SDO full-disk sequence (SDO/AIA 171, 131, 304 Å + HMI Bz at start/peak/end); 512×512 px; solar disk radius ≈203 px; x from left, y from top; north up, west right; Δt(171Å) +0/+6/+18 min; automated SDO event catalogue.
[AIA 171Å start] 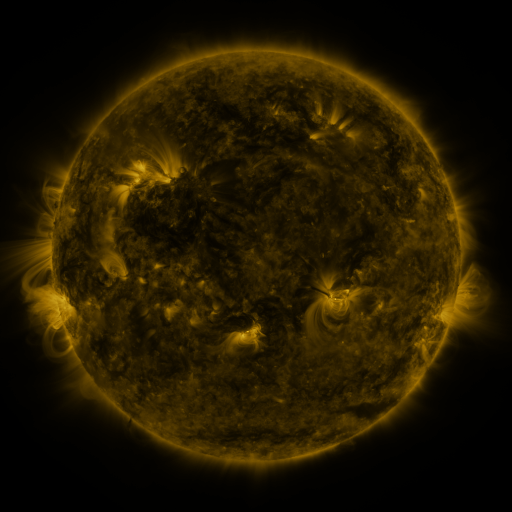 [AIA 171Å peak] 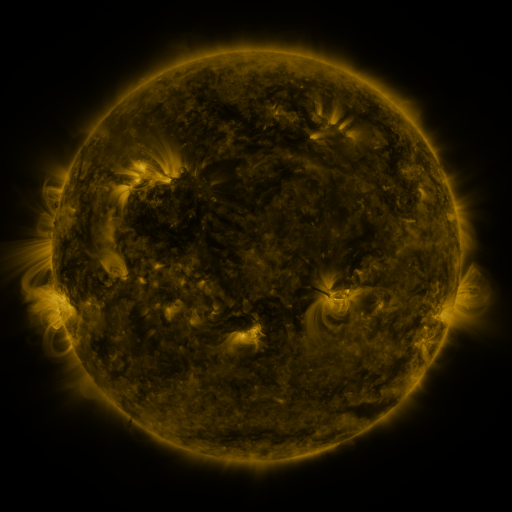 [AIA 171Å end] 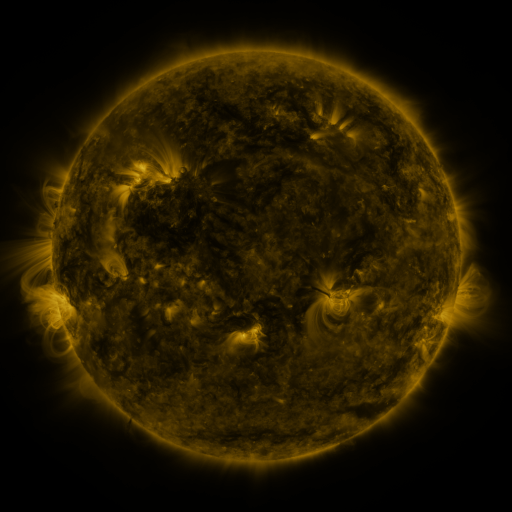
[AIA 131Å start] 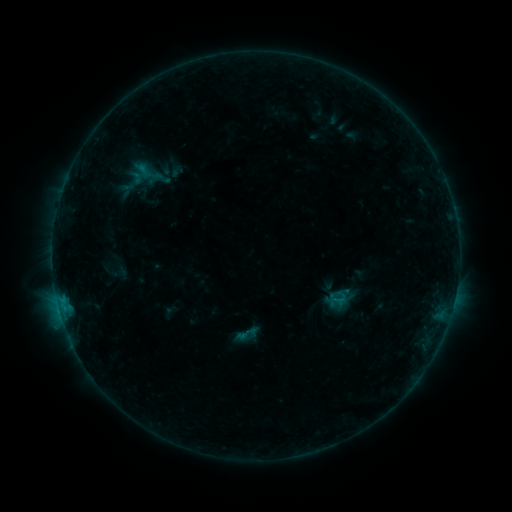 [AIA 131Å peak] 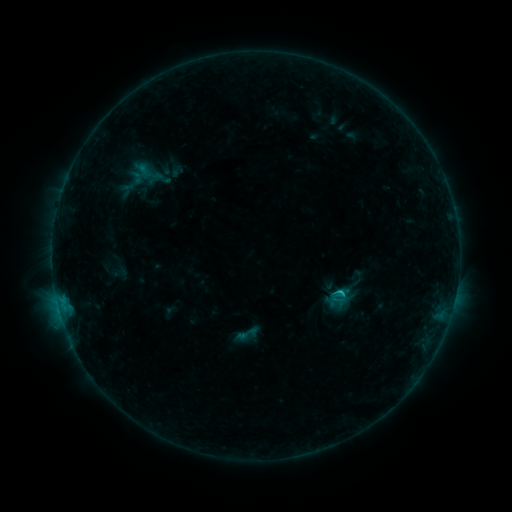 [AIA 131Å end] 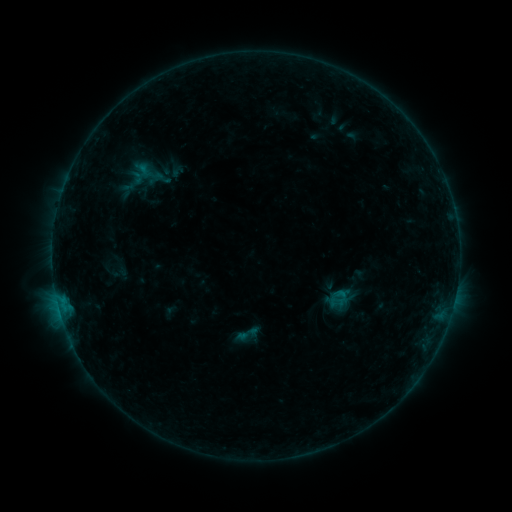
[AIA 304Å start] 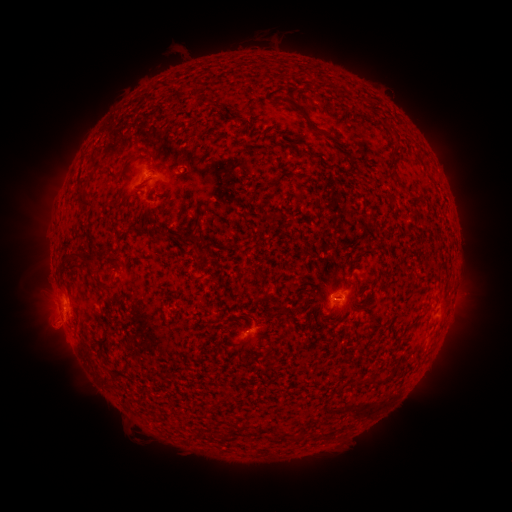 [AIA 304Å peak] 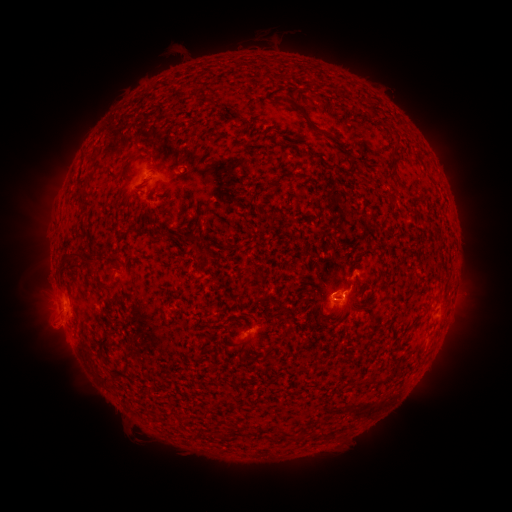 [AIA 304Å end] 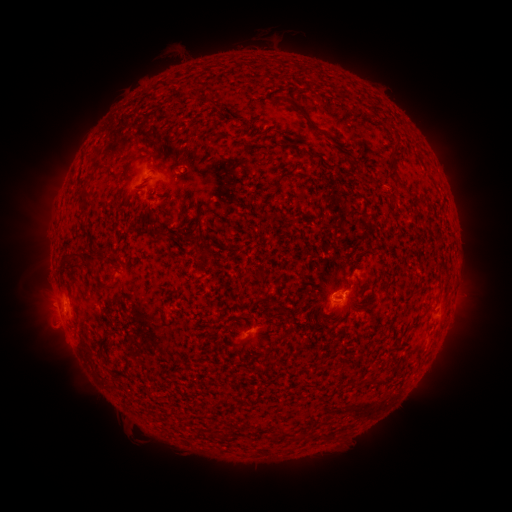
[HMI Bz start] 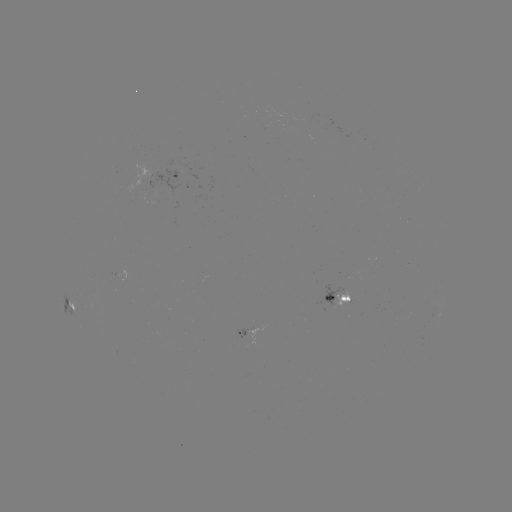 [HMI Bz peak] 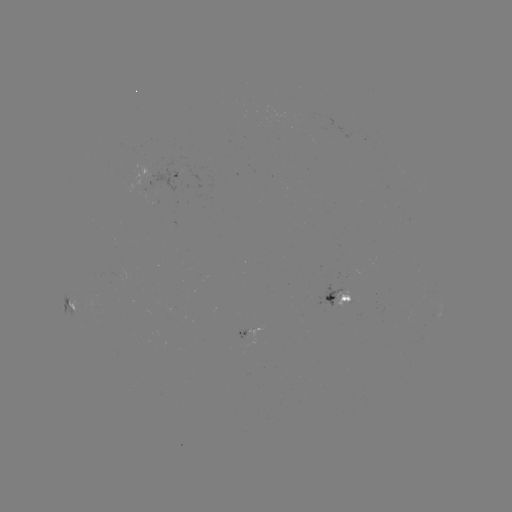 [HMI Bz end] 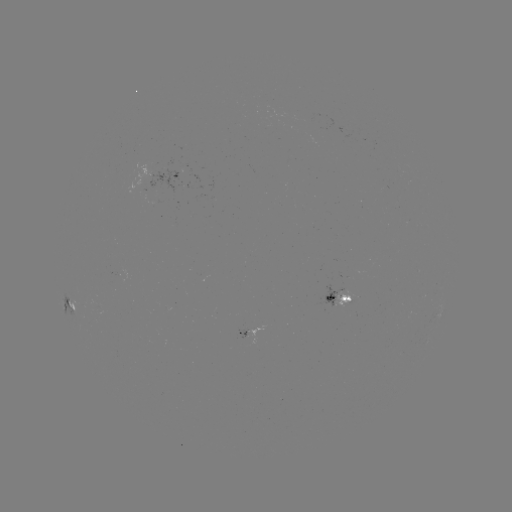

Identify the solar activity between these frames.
B7.9 flare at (341, 289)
